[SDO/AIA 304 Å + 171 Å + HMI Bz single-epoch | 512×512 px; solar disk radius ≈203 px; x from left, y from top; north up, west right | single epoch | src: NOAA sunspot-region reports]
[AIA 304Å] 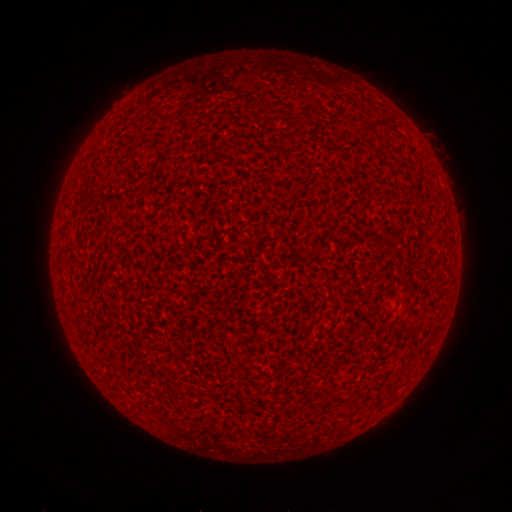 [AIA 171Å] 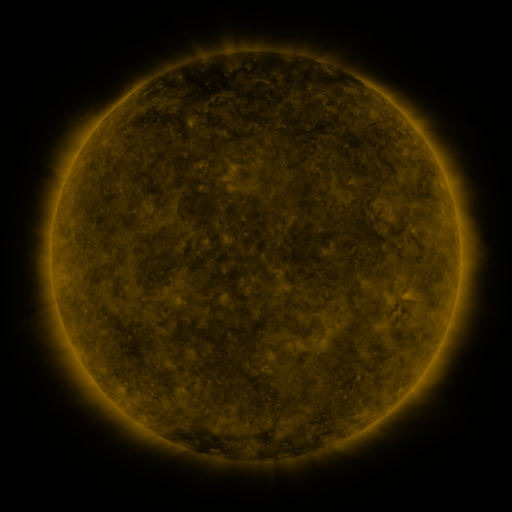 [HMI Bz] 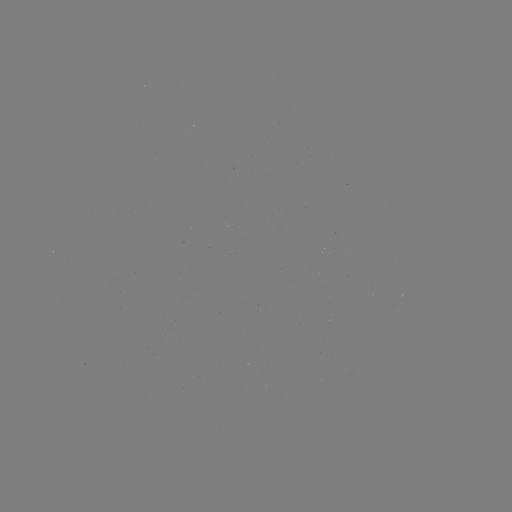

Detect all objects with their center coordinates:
(none)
